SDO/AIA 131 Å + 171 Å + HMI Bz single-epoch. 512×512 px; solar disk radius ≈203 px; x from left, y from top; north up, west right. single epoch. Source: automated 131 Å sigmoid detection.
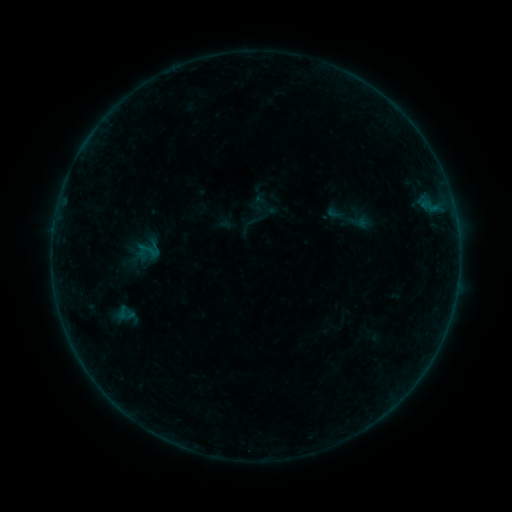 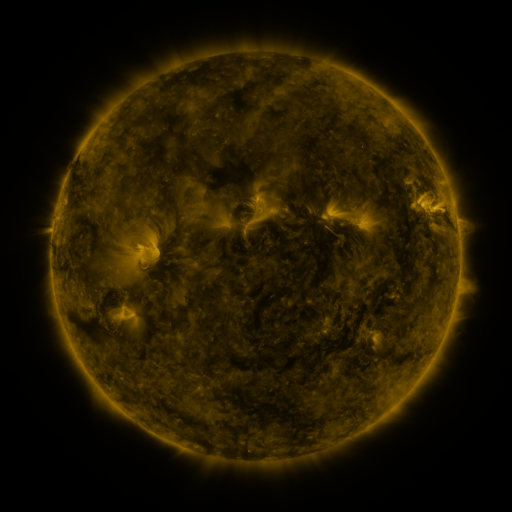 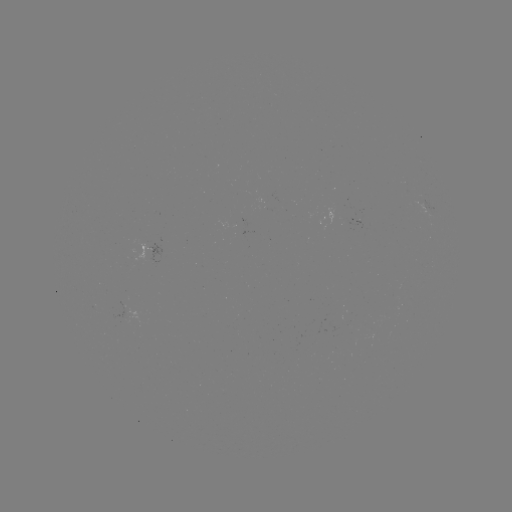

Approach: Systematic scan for sigmoid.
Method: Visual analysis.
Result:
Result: sigmoid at [253, 221].